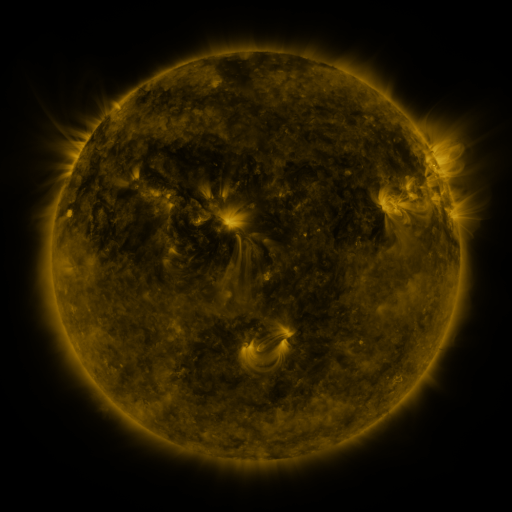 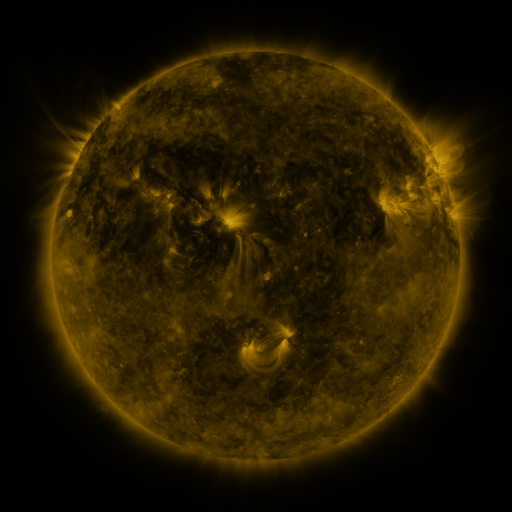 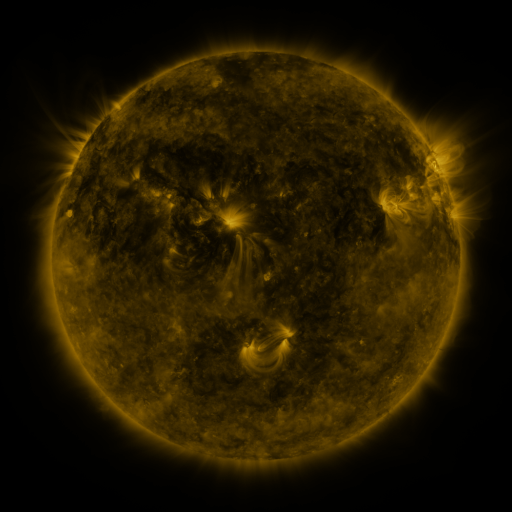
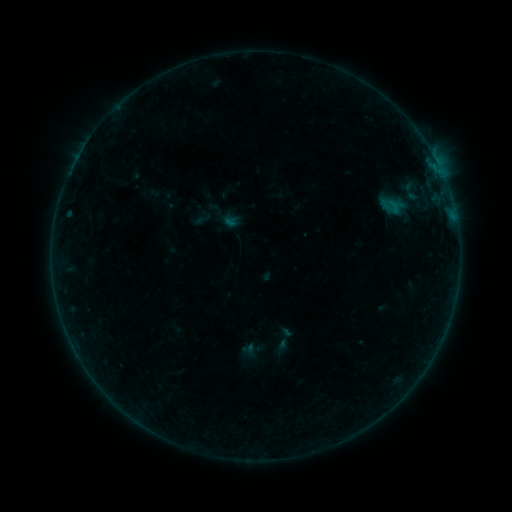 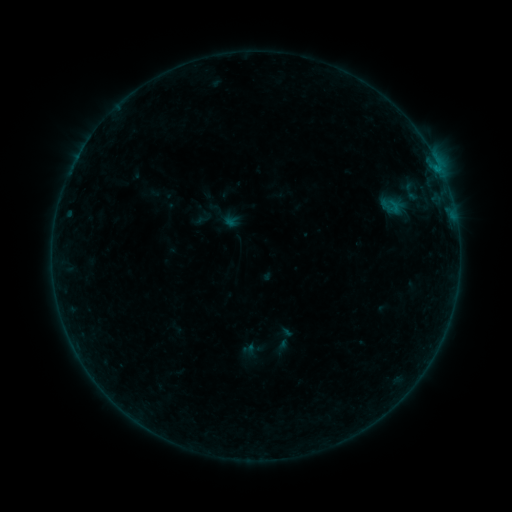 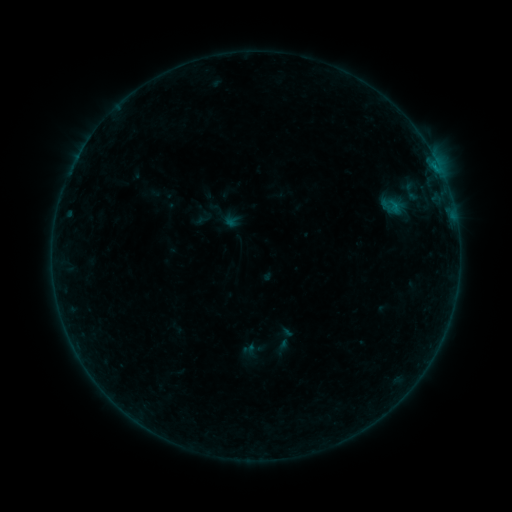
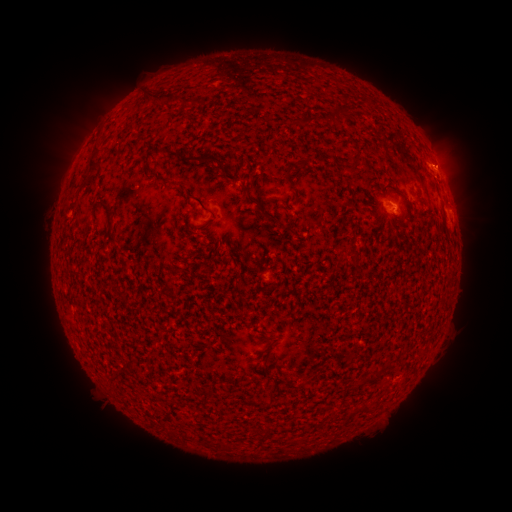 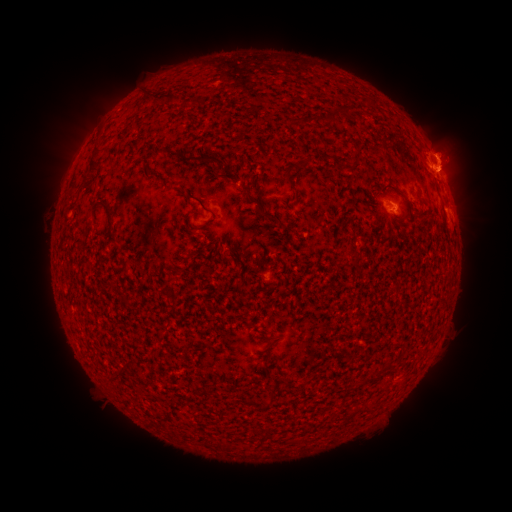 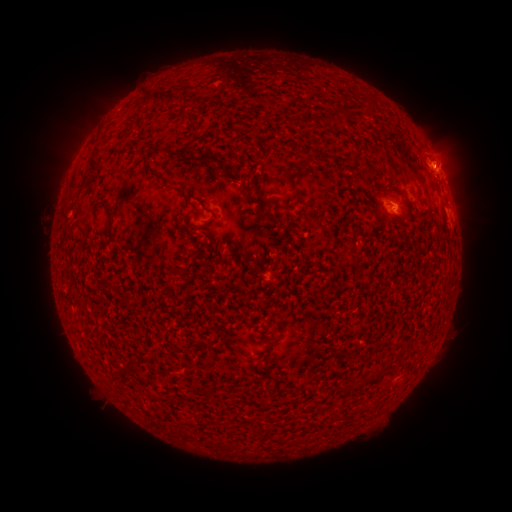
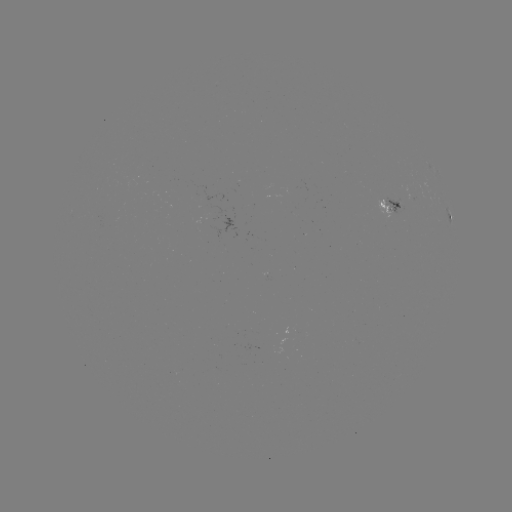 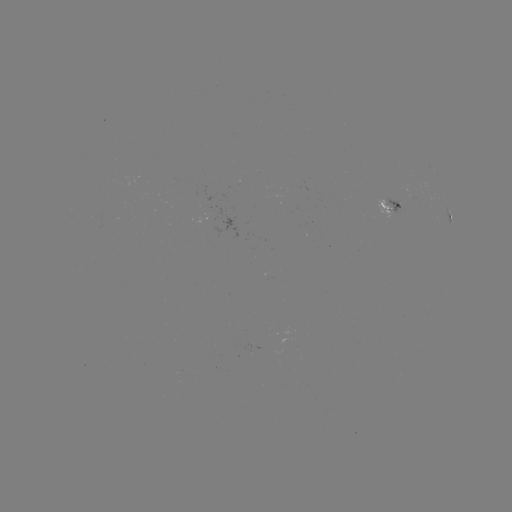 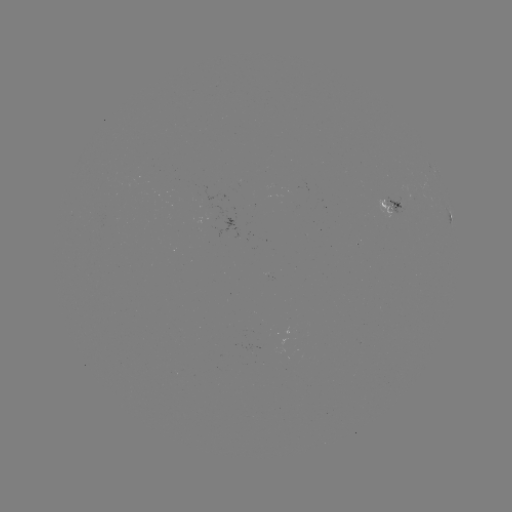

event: eruption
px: (451, 151)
